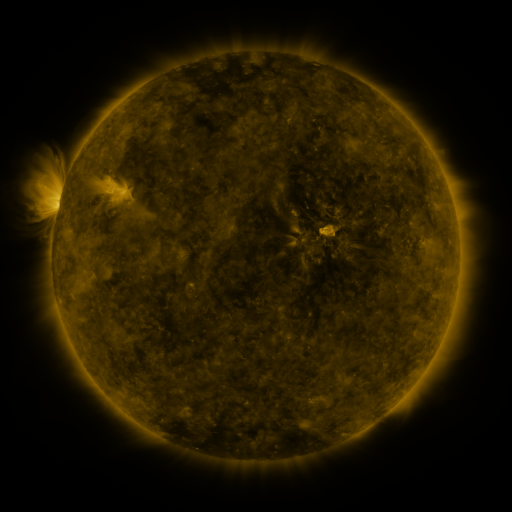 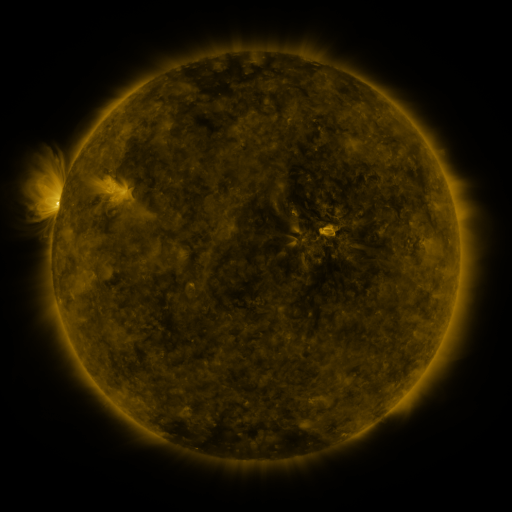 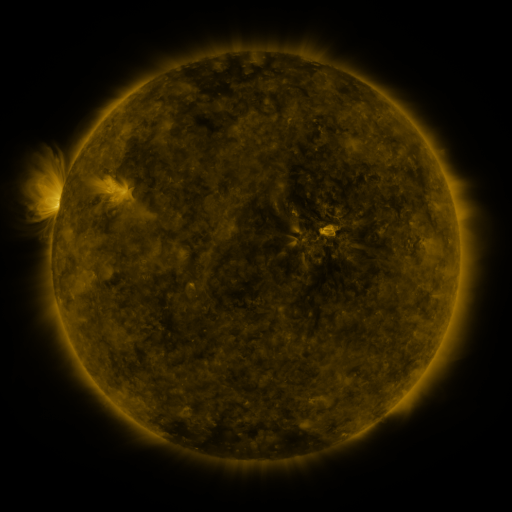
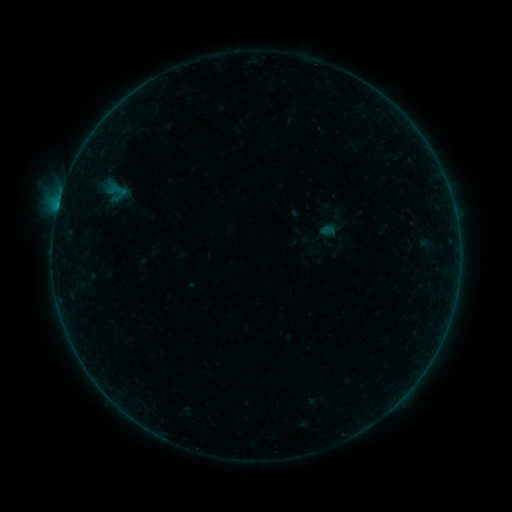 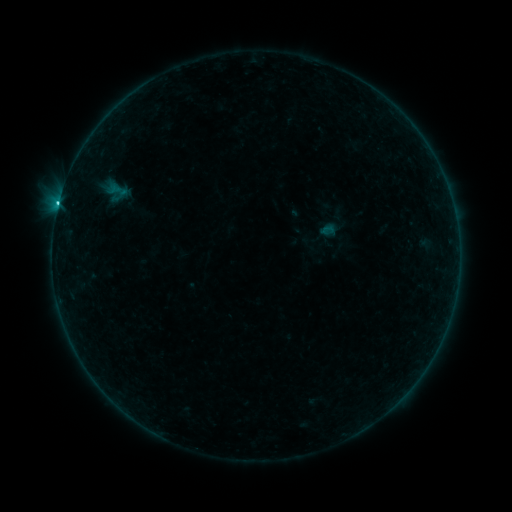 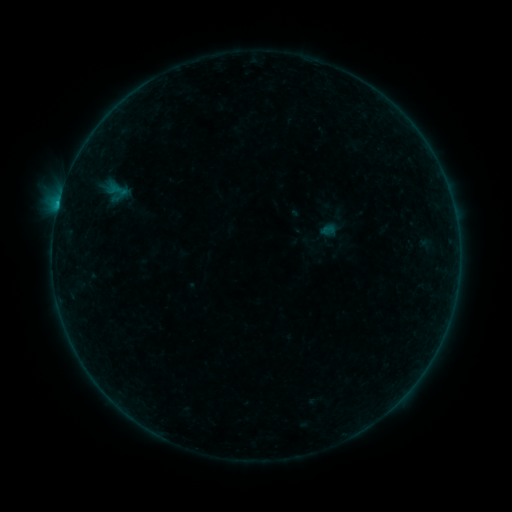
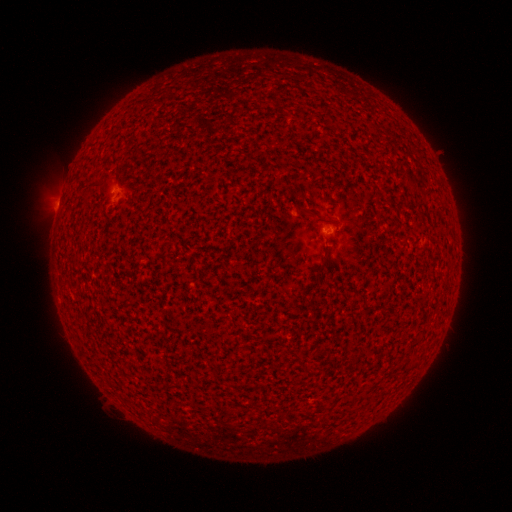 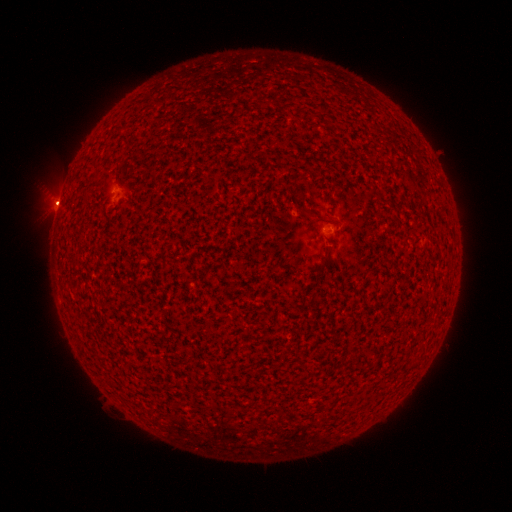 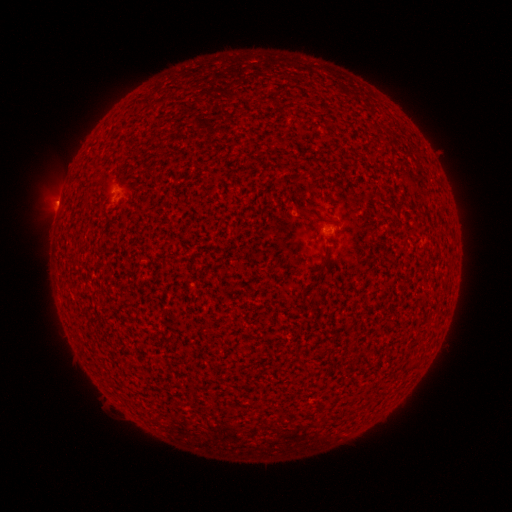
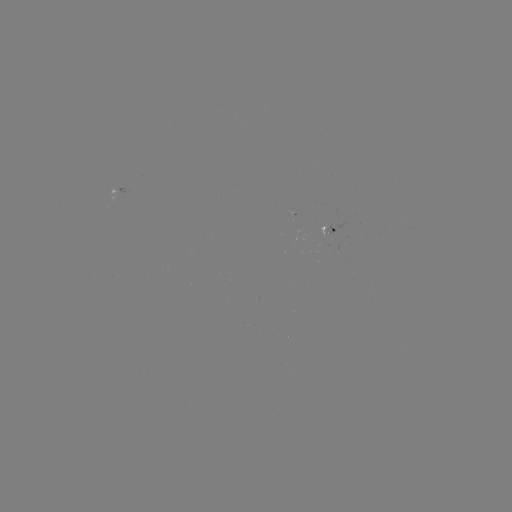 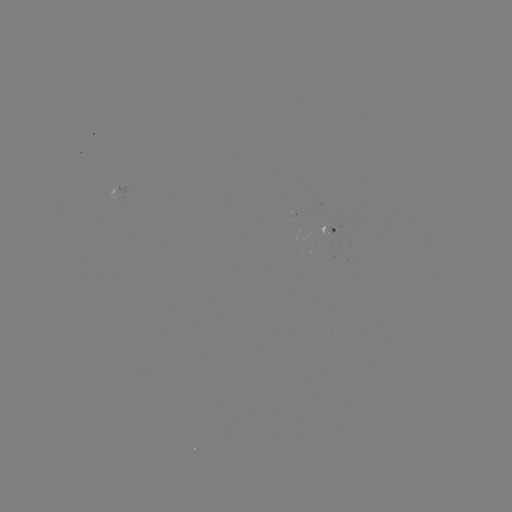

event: flare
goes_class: B8.1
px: (58, 206)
